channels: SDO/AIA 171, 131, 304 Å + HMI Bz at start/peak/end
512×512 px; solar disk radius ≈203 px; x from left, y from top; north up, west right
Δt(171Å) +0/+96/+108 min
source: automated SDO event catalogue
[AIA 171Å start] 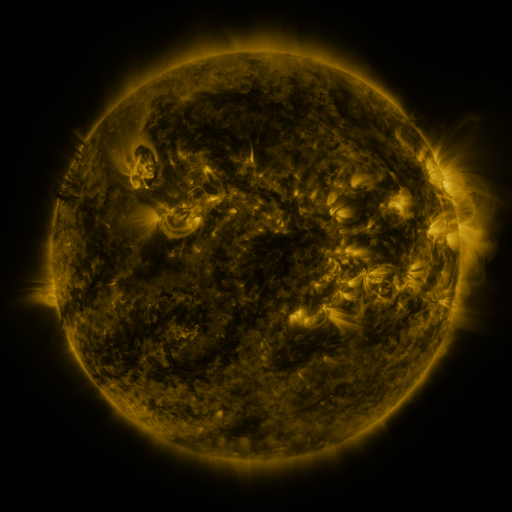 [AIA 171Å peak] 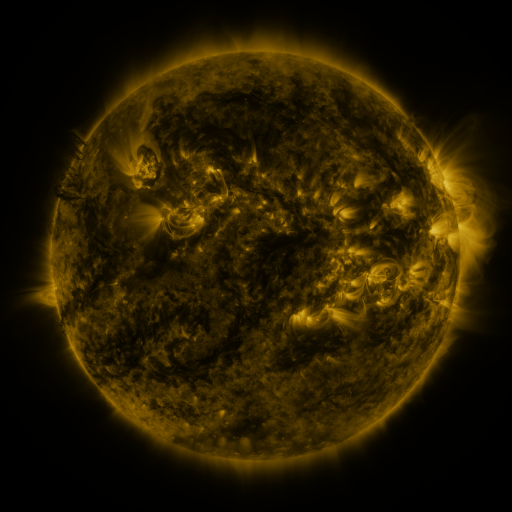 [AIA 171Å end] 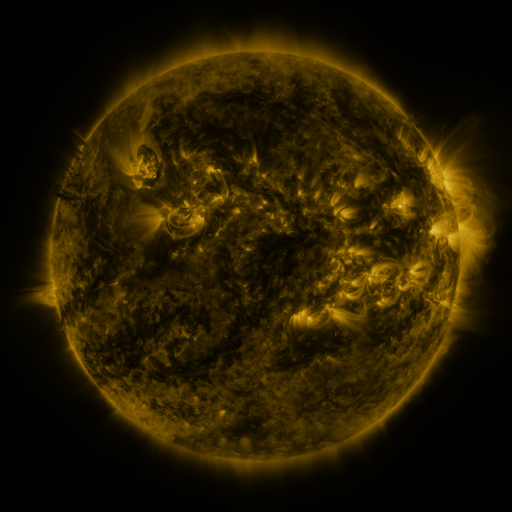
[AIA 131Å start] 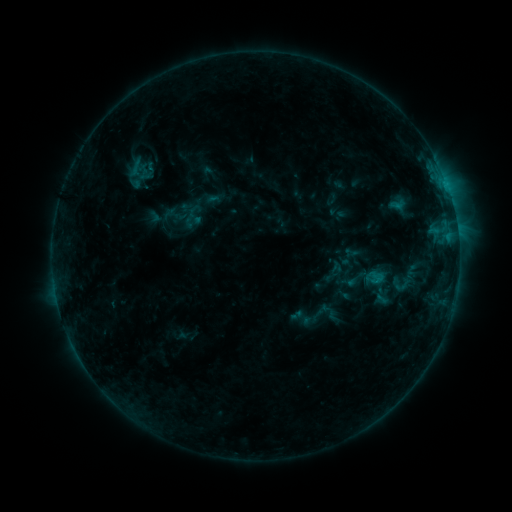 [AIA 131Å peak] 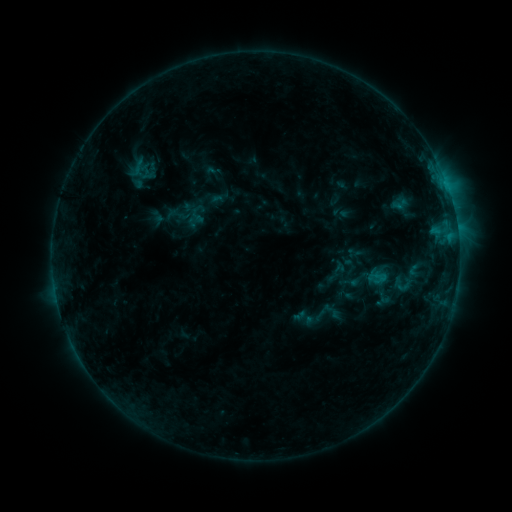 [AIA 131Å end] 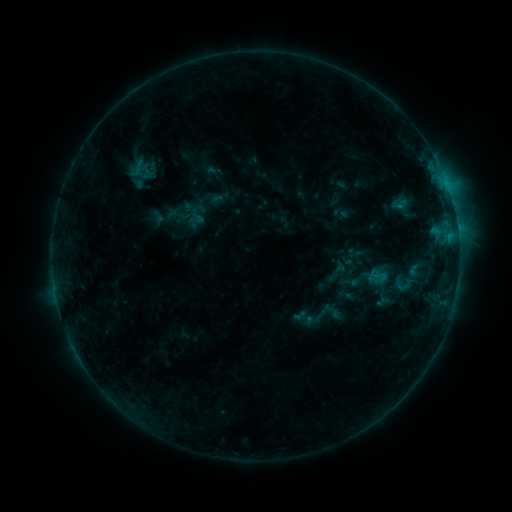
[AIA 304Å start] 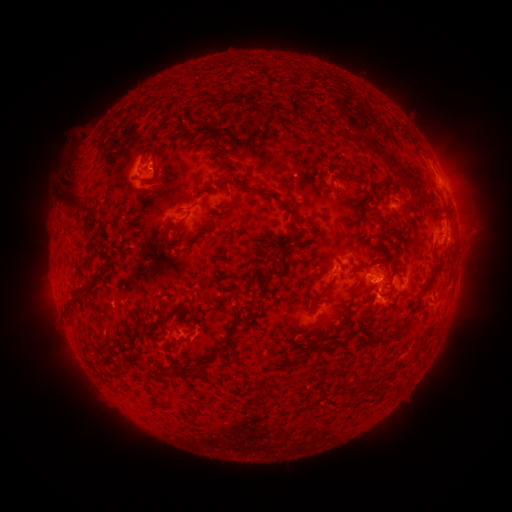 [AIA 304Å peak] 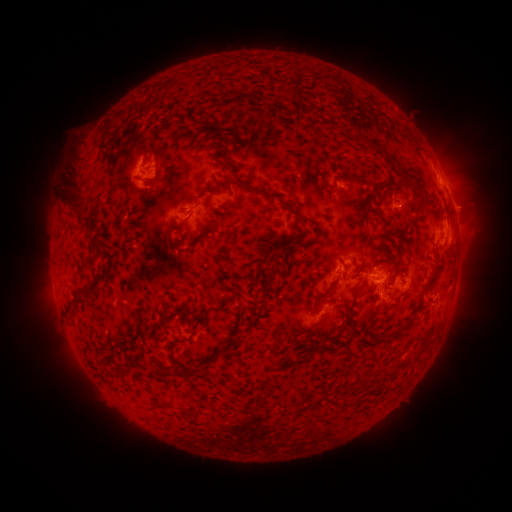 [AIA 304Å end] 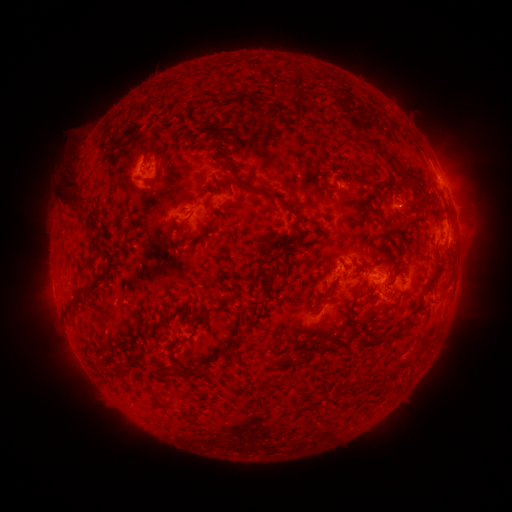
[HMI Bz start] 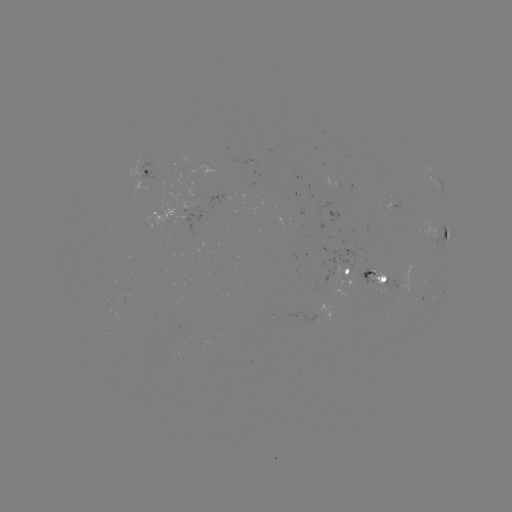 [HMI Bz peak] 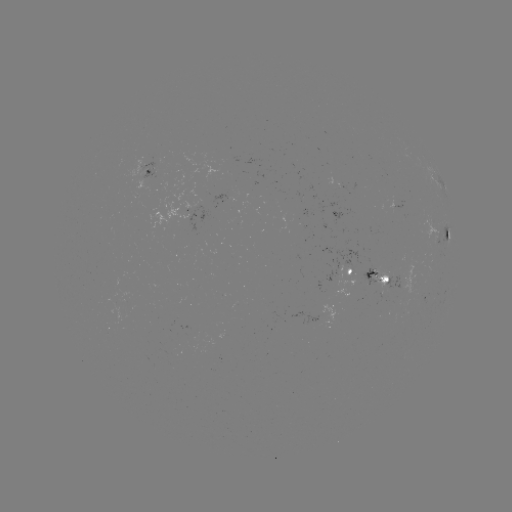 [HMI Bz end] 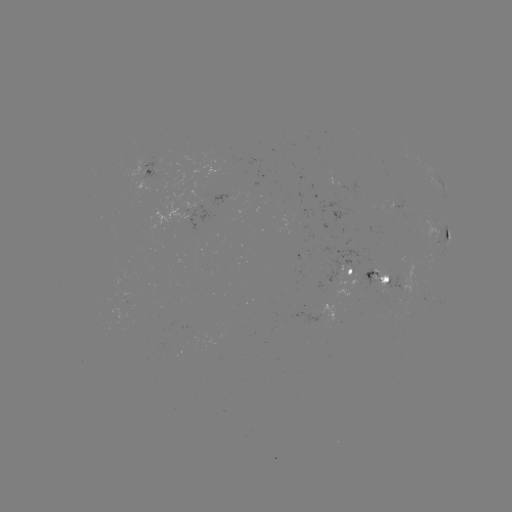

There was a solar emerging-flux region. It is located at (368, 273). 